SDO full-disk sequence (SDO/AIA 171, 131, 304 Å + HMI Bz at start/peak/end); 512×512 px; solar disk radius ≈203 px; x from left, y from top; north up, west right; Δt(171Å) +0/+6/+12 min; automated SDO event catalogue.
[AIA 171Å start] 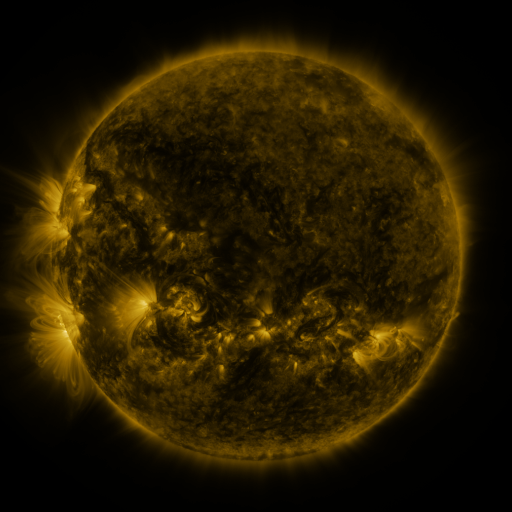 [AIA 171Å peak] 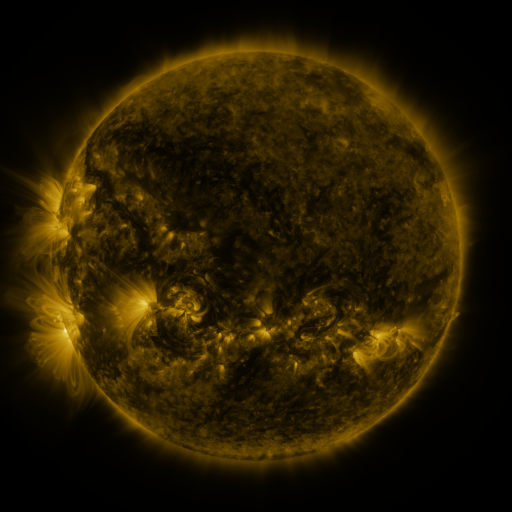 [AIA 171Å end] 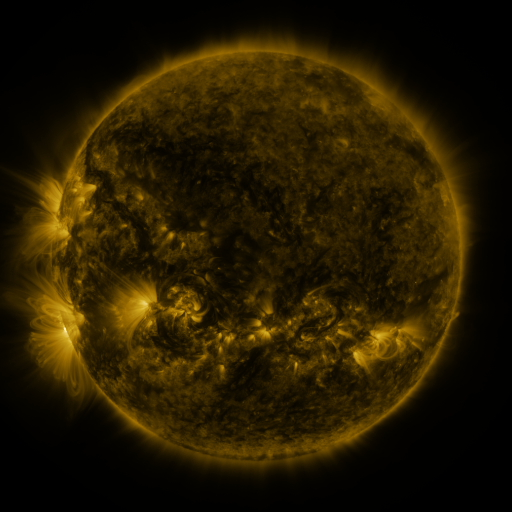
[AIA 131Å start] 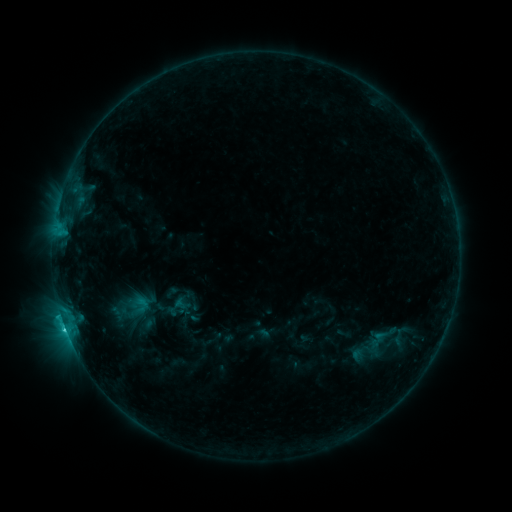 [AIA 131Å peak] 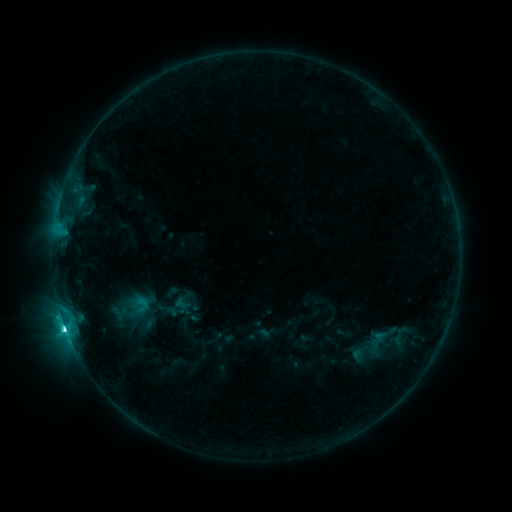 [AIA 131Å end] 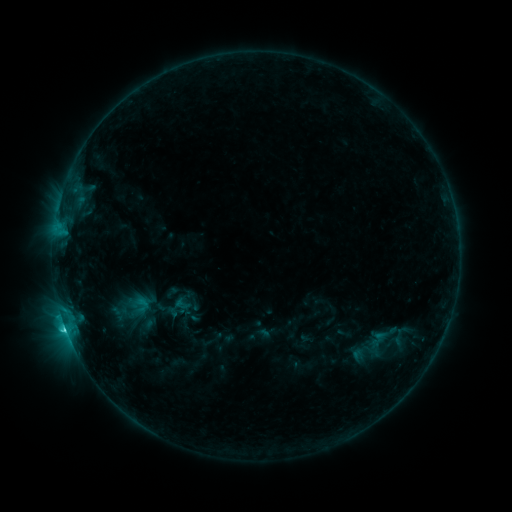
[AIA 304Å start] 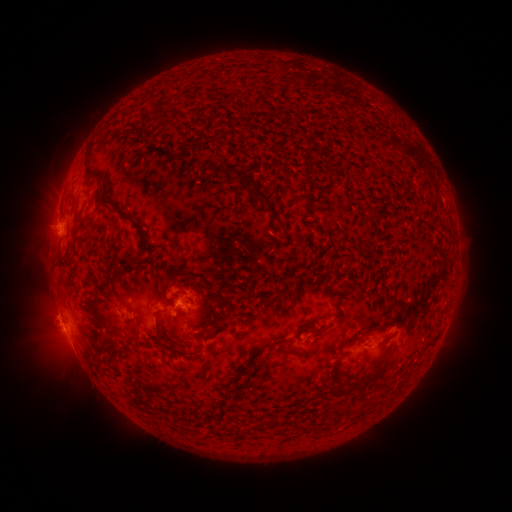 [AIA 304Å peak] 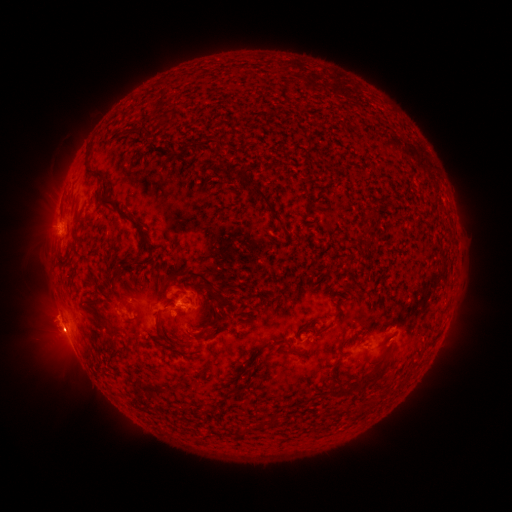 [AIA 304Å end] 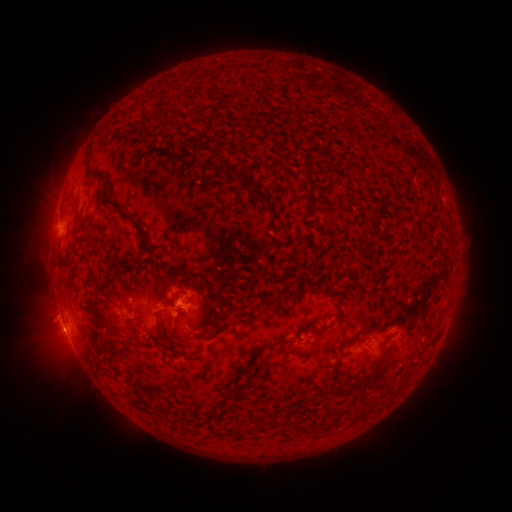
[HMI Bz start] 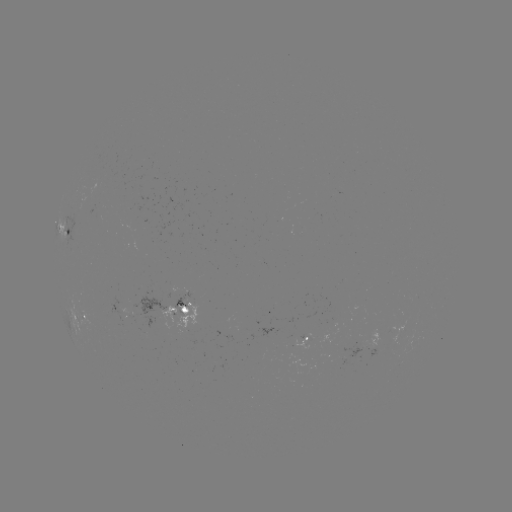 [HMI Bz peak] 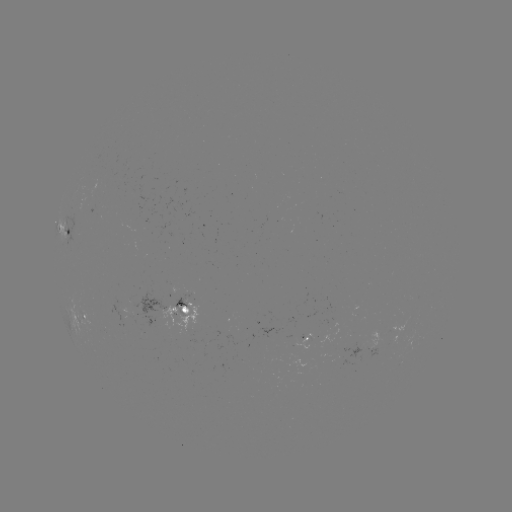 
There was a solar flare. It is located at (67, 325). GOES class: C4.8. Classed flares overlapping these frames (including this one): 1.